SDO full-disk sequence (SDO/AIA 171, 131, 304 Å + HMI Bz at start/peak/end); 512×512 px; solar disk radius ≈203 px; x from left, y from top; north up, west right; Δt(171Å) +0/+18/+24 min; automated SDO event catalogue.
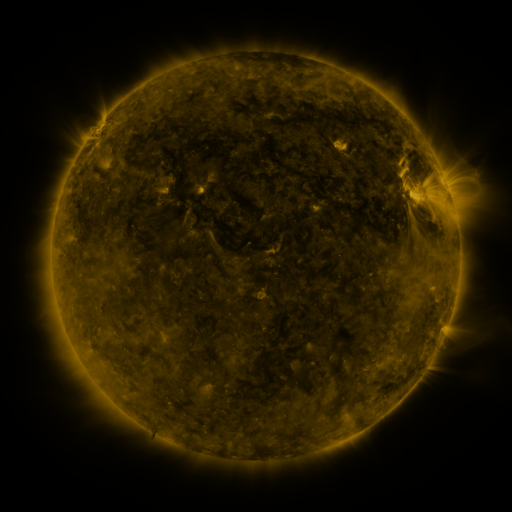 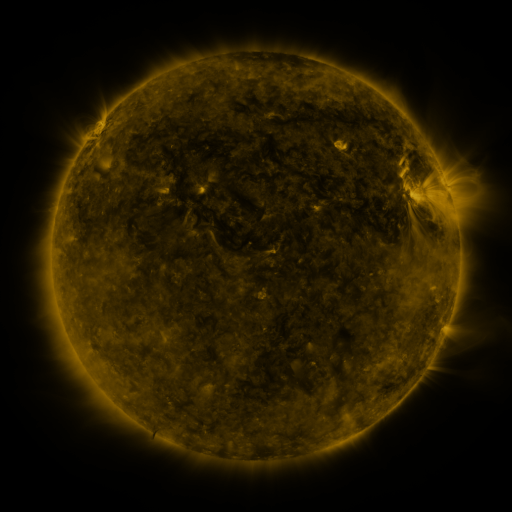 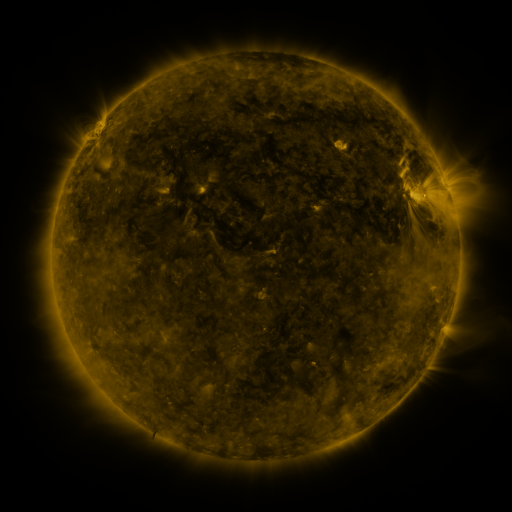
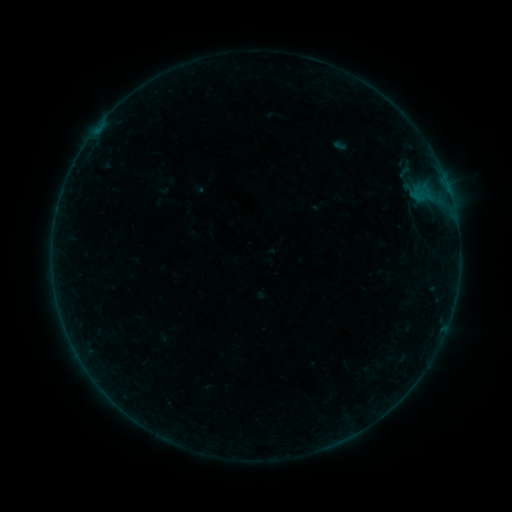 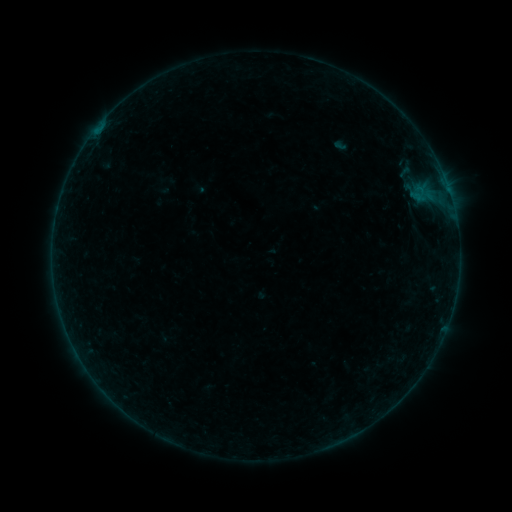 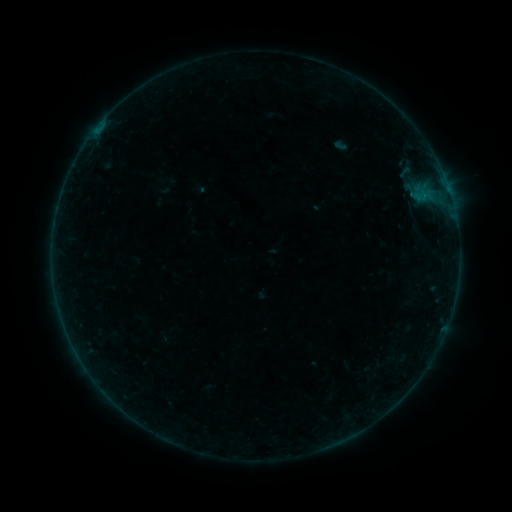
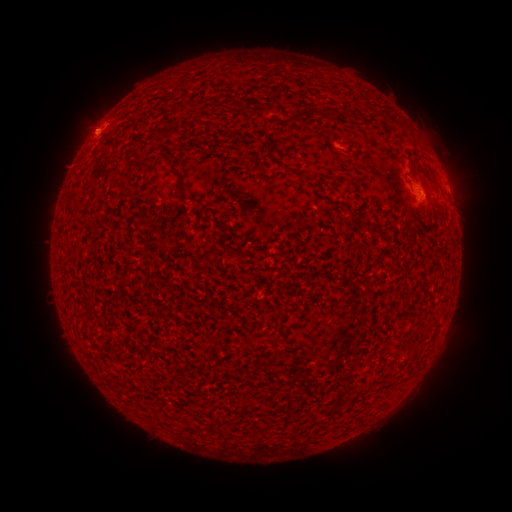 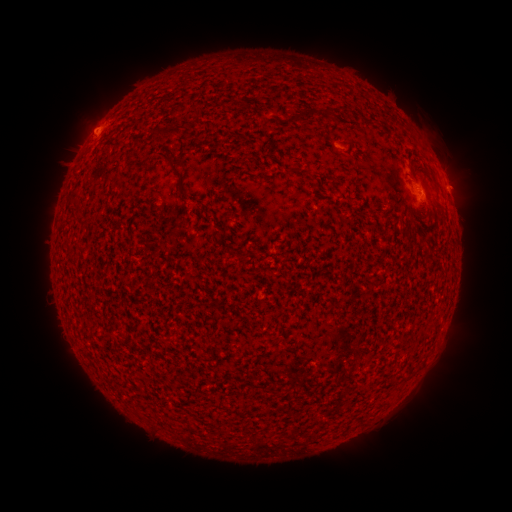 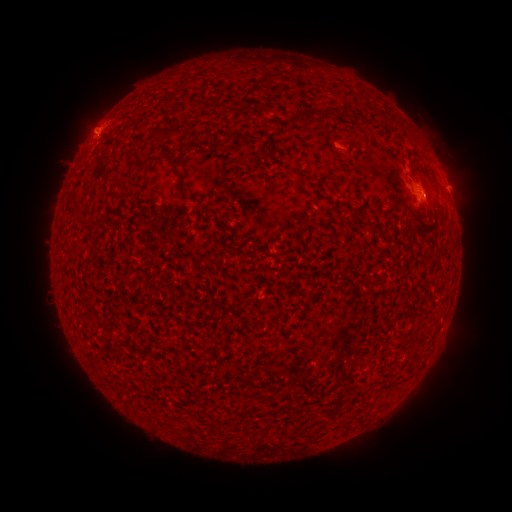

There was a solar flare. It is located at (101, 131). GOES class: B2.1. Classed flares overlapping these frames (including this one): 1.